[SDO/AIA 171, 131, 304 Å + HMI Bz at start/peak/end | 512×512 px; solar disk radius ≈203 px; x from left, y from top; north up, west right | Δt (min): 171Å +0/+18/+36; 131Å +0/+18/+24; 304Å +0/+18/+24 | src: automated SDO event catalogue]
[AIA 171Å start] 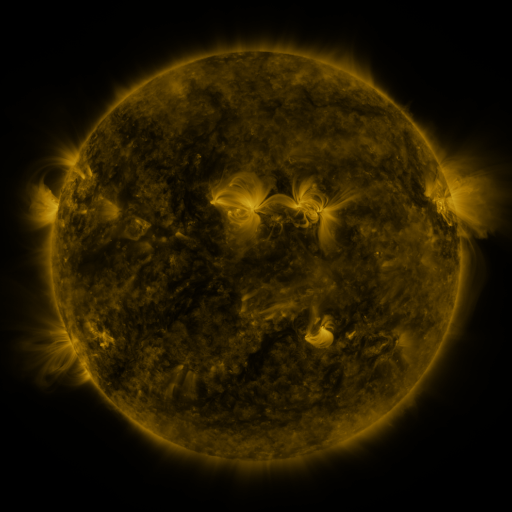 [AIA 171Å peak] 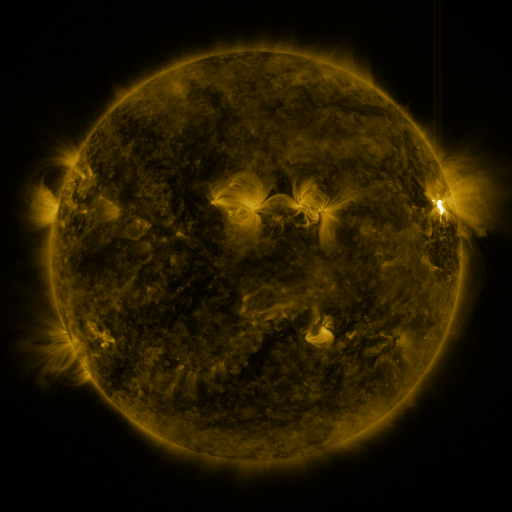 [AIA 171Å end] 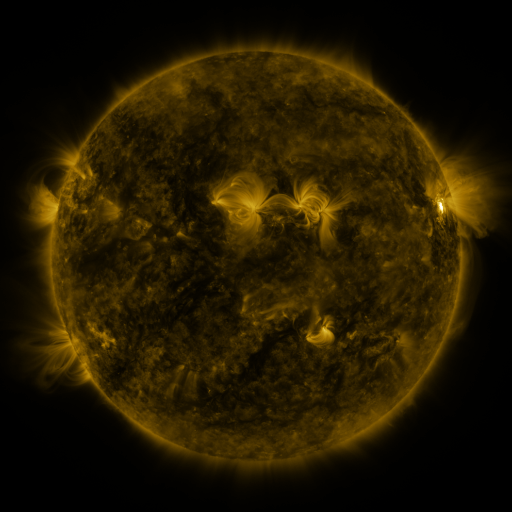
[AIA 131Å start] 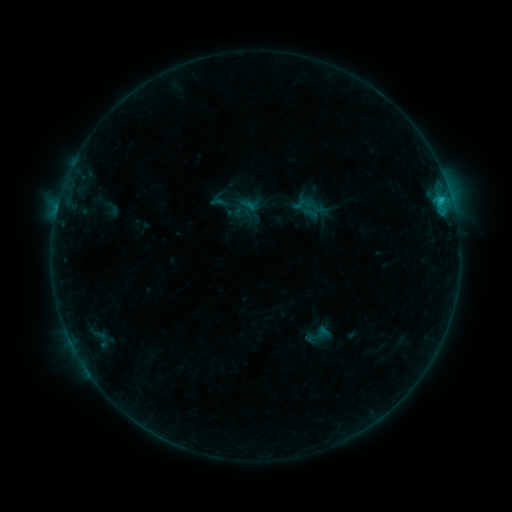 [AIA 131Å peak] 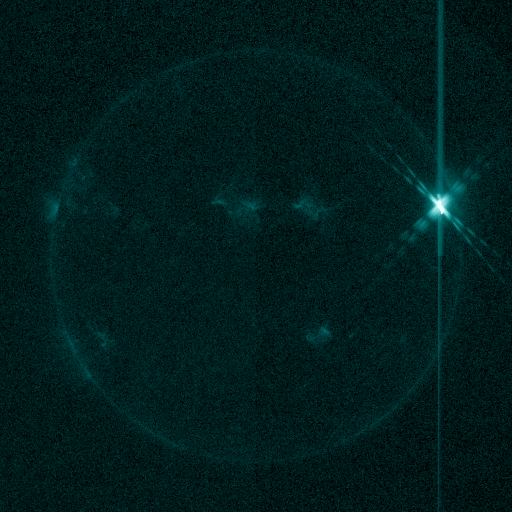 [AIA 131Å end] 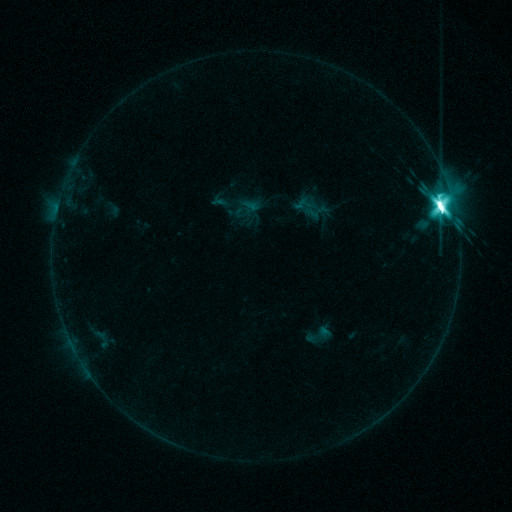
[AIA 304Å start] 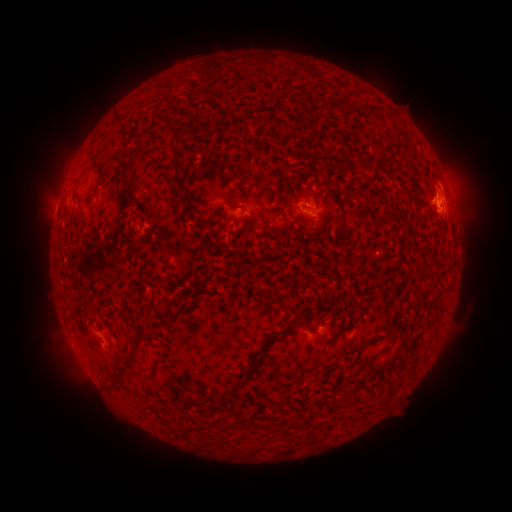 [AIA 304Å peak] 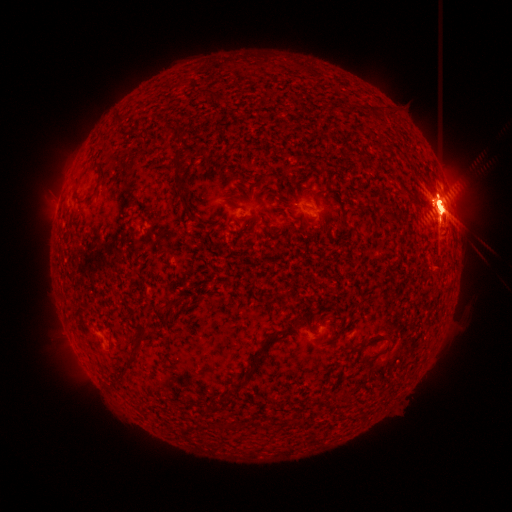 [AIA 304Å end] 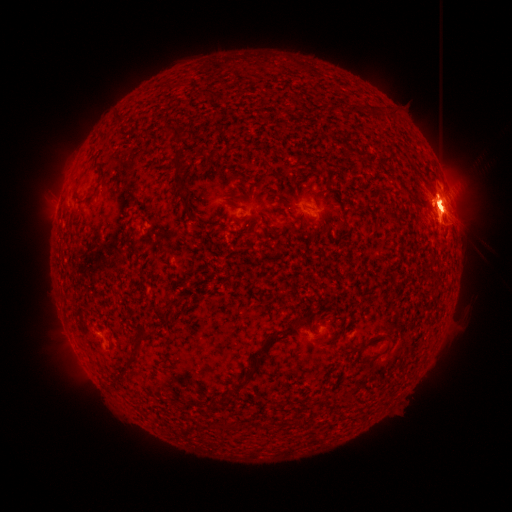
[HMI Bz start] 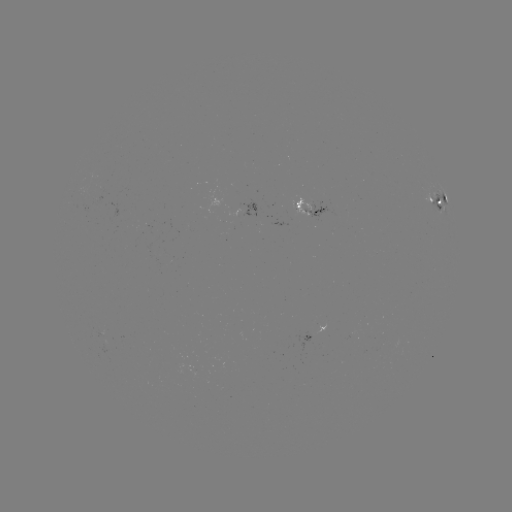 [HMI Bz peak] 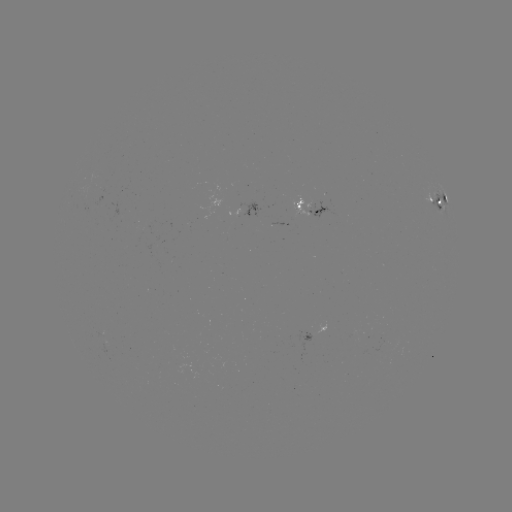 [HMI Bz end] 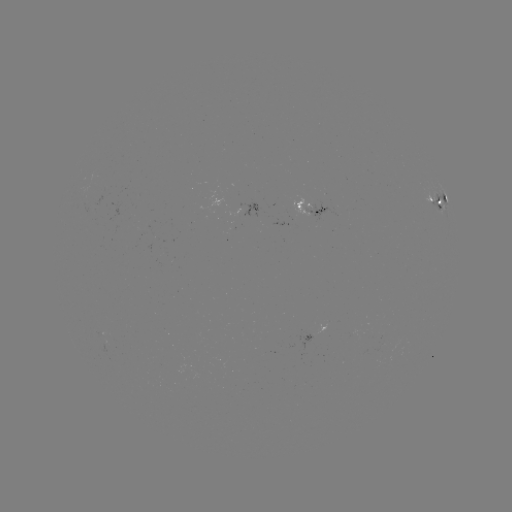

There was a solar flare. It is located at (440, 214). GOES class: X6.9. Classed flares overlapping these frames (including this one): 1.